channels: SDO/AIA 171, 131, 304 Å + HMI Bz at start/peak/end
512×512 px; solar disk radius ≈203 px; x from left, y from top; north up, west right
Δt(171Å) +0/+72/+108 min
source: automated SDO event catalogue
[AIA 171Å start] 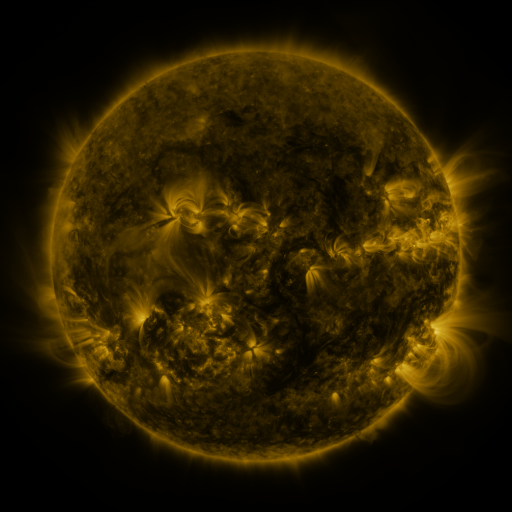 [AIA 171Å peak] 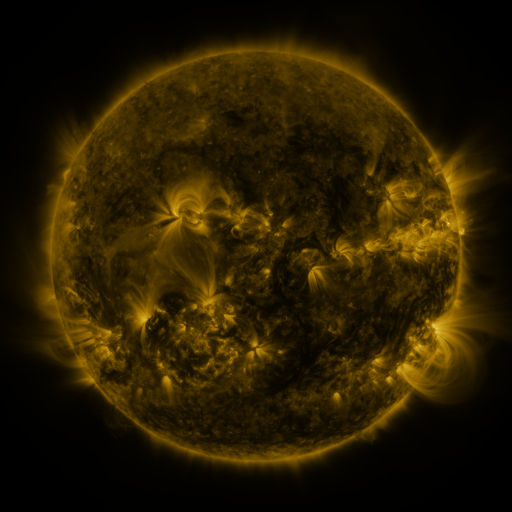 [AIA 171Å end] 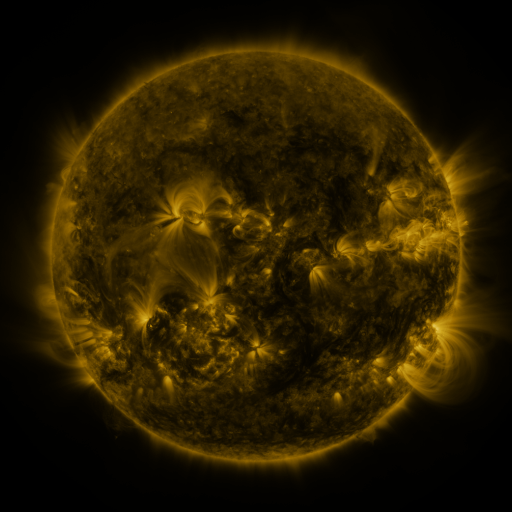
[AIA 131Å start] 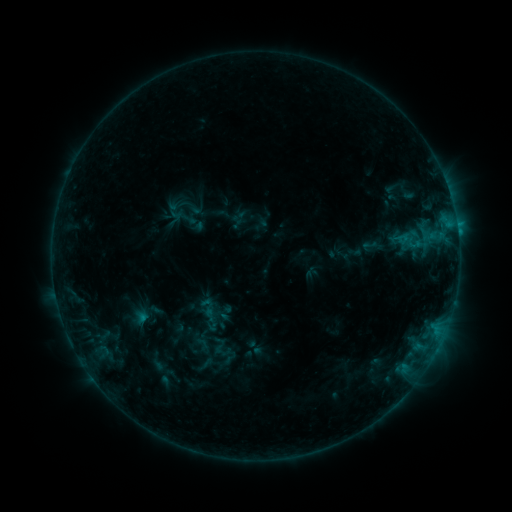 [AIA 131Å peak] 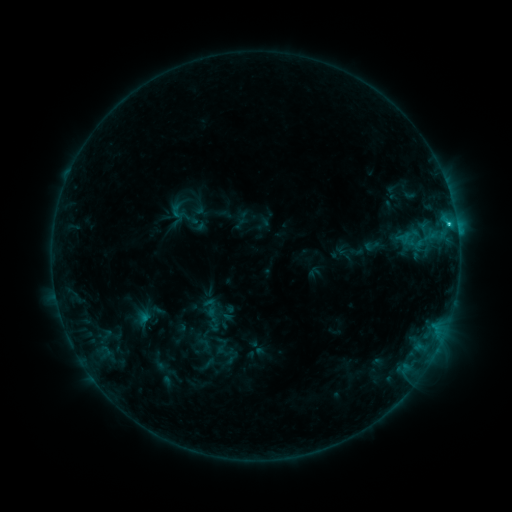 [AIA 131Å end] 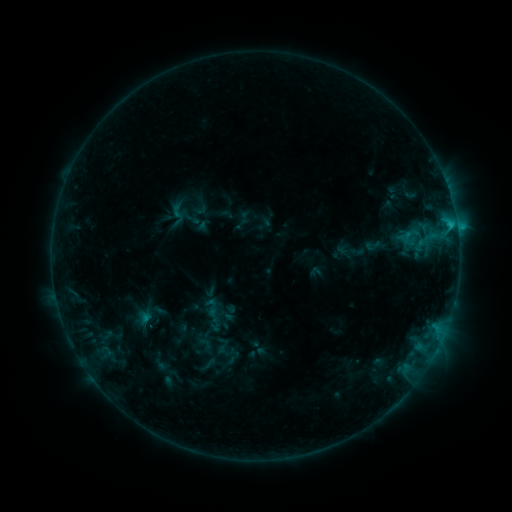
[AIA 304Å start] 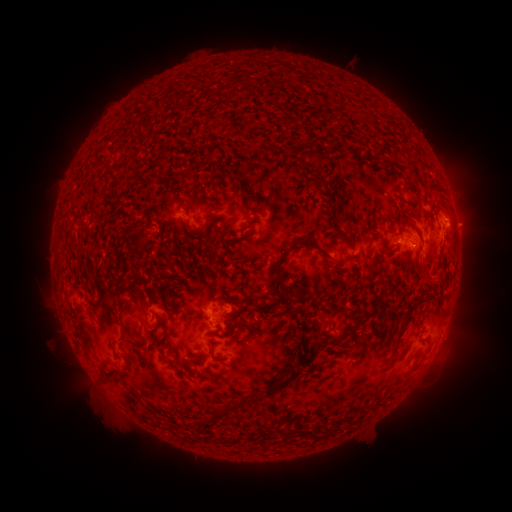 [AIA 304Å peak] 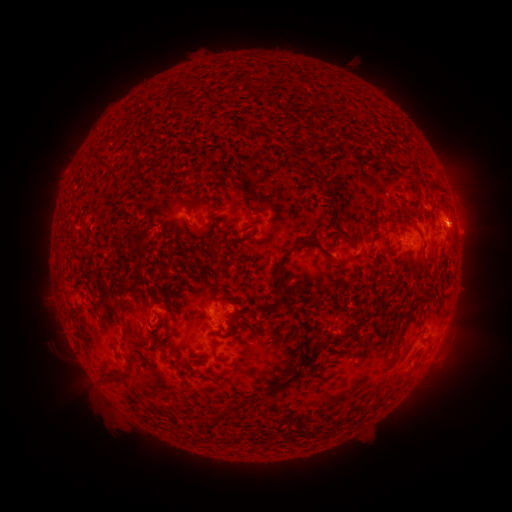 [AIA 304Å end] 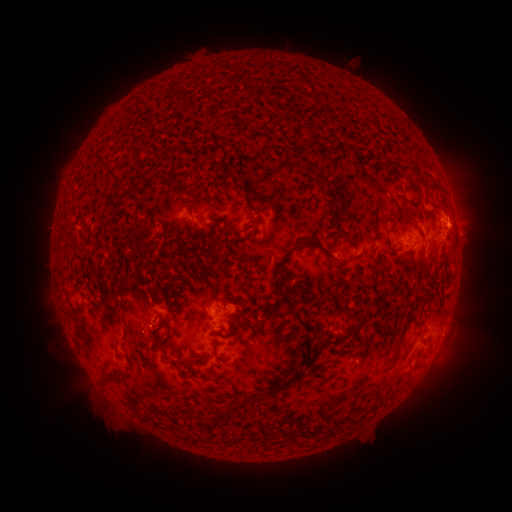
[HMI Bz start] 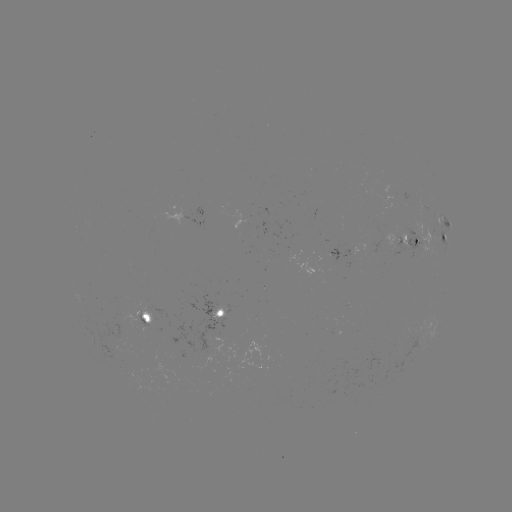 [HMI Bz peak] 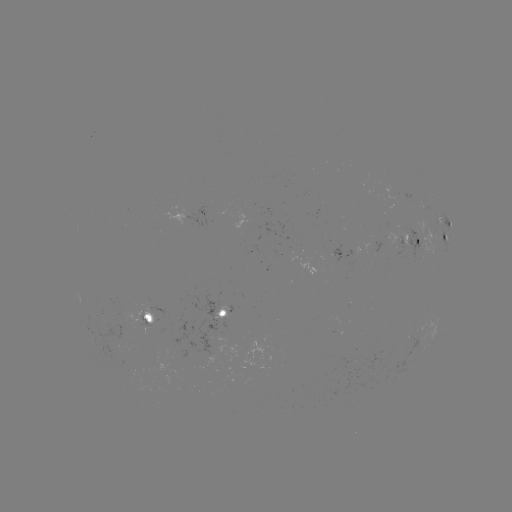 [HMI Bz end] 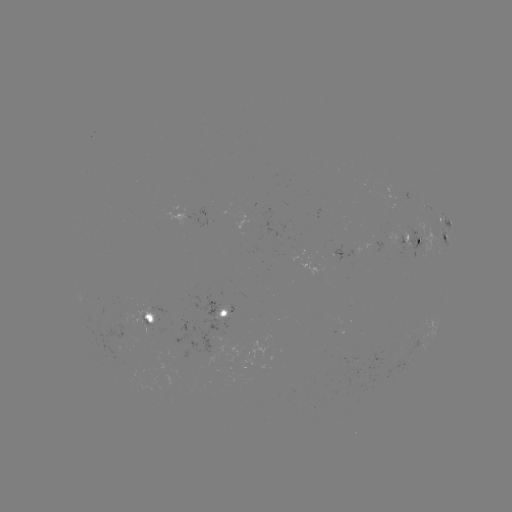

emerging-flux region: <bbox>188, 292, 230, 355</bbox>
